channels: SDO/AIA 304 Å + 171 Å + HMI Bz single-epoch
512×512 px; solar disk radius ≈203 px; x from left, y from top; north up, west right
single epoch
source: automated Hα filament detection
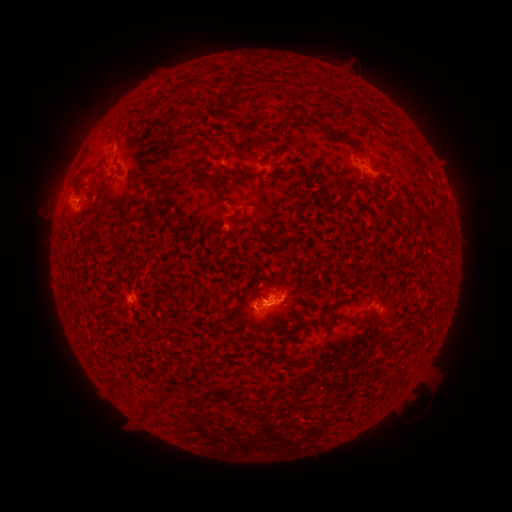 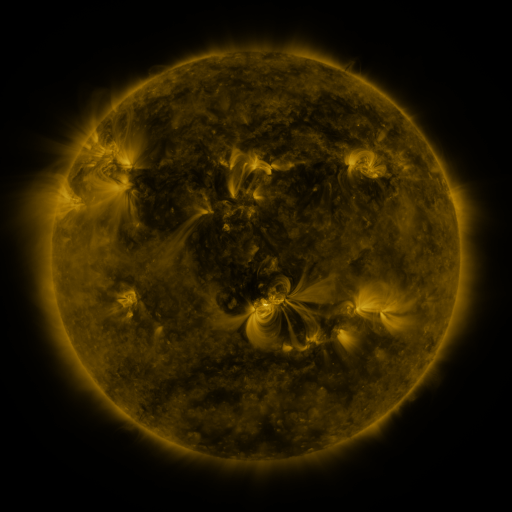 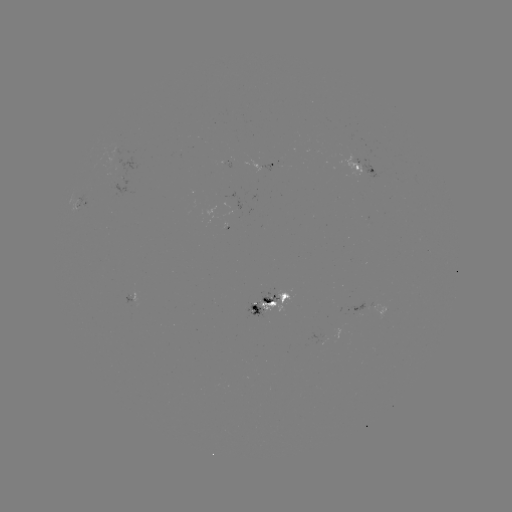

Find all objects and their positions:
filament: (294, 118)
filament: (337, 135)
filament: (201, 143)
filament: (249, 144)
filament: (211, 178)
filament: (172, 183)
filament: (363, 191)
filament: (332, 321)
filament: (294, 365)
